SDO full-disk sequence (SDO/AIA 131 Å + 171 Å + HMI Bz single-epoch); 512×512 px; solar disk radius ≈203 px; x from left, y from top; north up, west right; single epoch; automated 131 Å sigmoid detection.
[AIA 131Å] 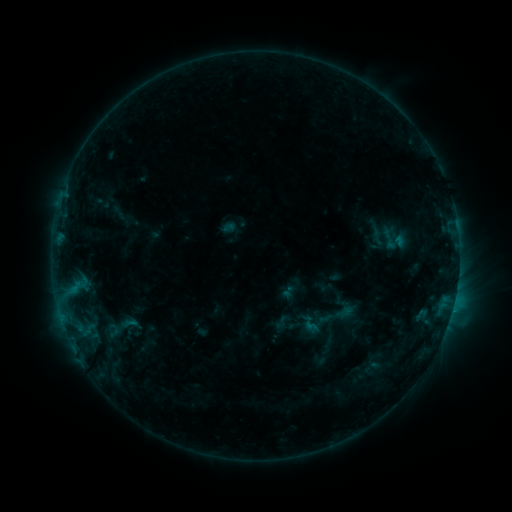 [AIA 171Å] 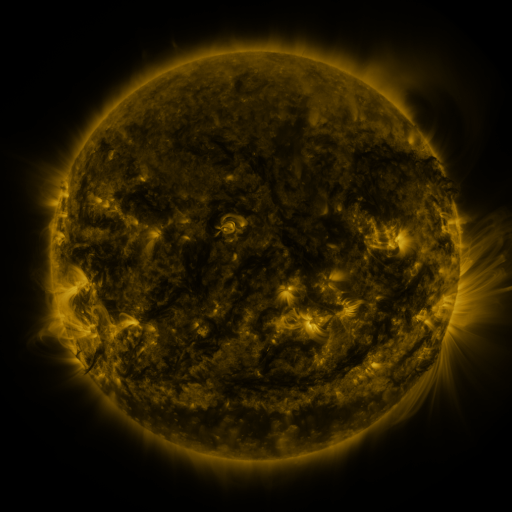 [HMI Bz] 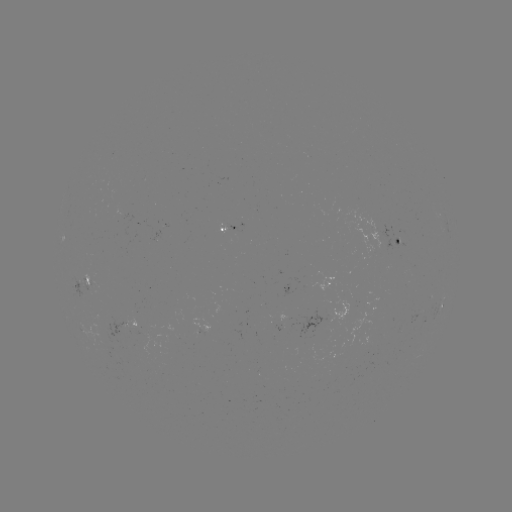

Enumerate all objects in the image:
sigmoid: (376, 227, 402, 249)
sigmoid: (315, 293, 360, 338)
sigmoid: (298, 311, 323, 336)
